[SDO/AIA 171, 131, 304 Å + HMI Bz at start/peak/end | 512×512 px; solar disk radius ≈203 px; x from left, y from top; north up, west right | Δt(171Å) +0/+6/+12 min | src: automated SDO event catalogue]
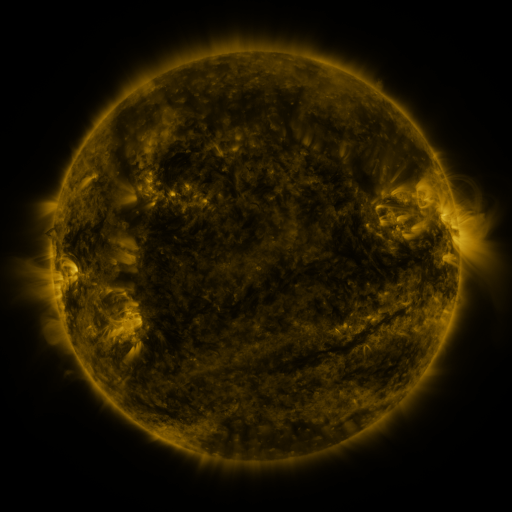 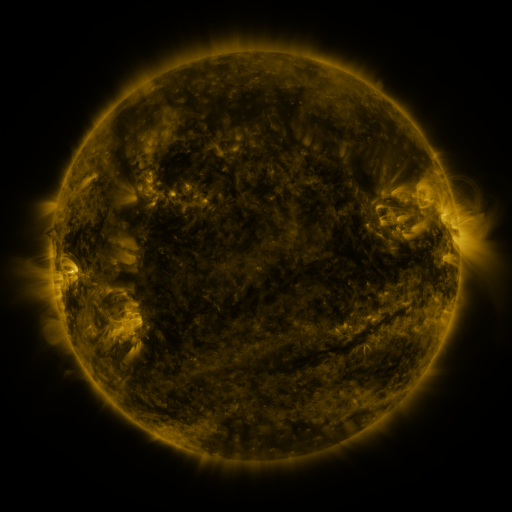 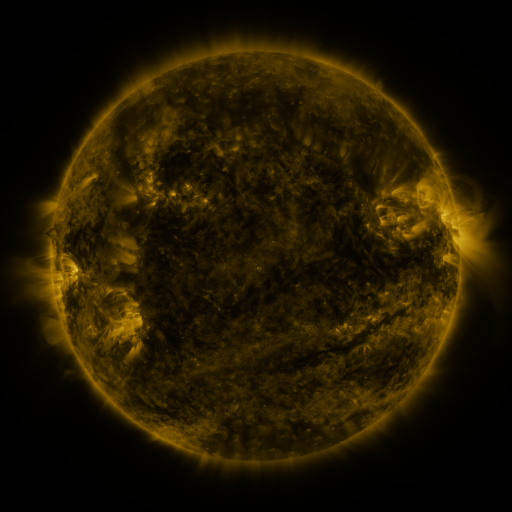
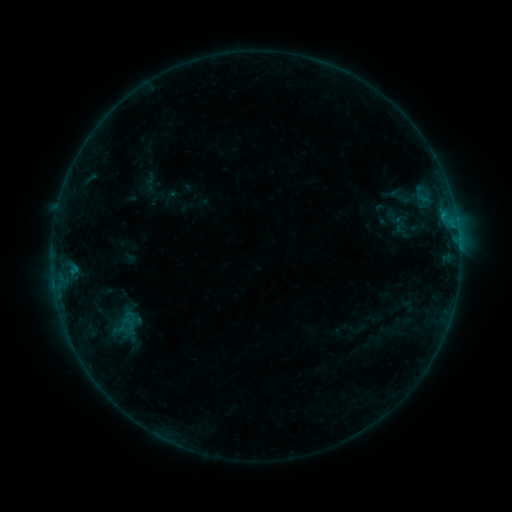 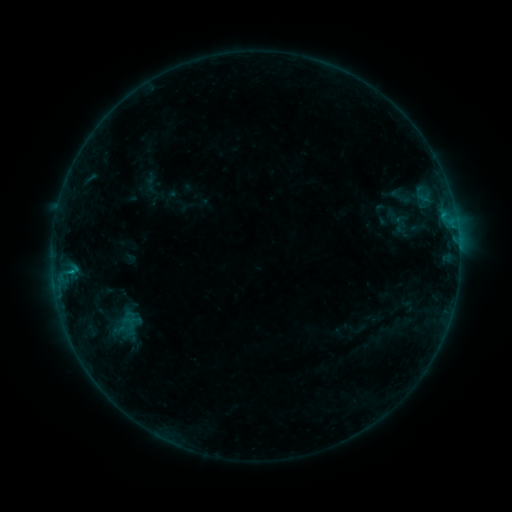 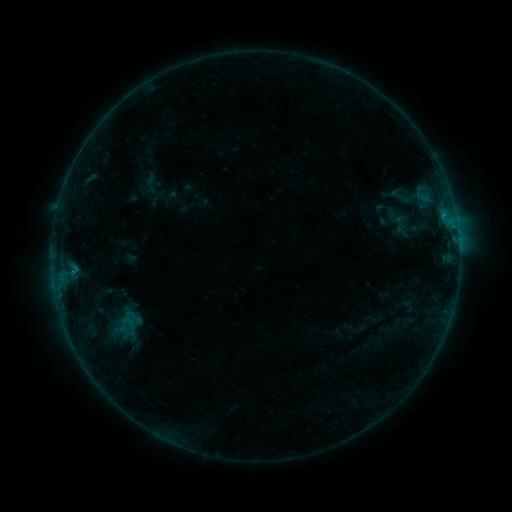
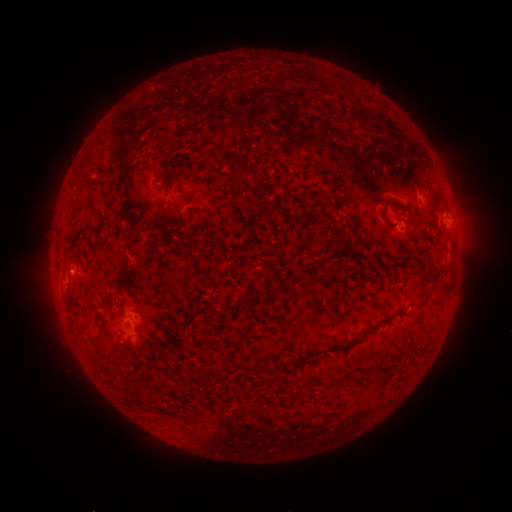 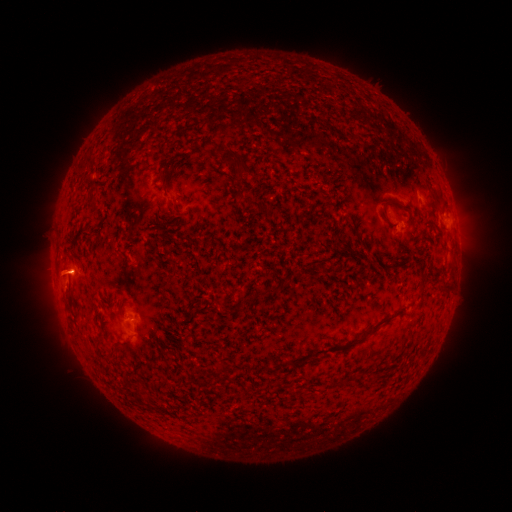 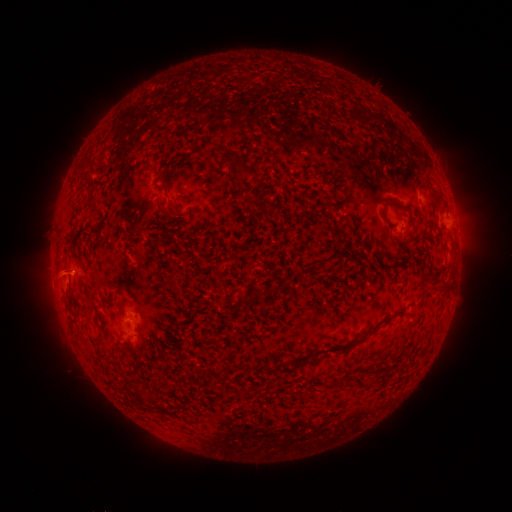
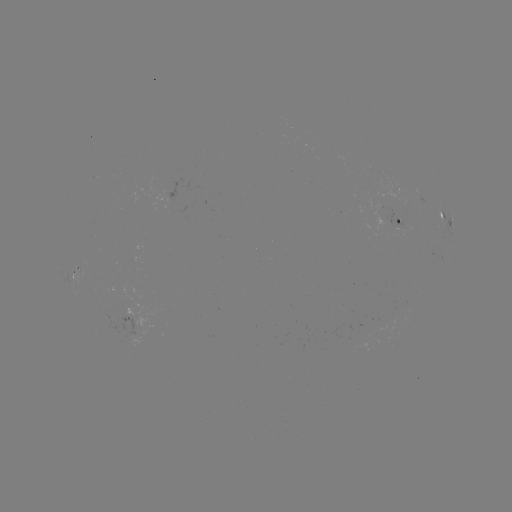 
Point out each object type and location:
B3.0 flare: (74, 269)
